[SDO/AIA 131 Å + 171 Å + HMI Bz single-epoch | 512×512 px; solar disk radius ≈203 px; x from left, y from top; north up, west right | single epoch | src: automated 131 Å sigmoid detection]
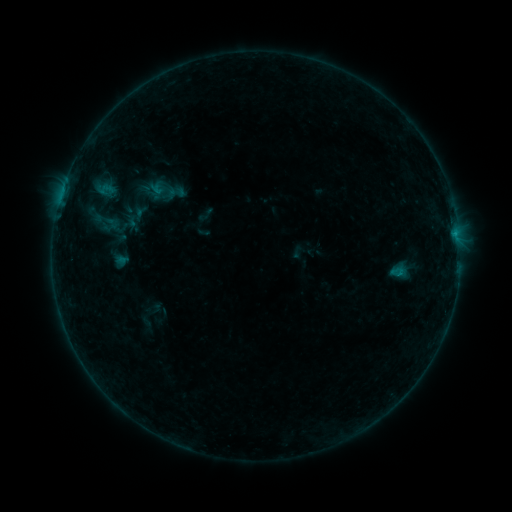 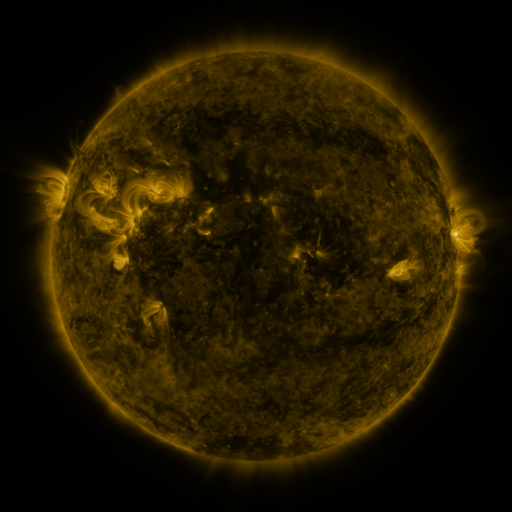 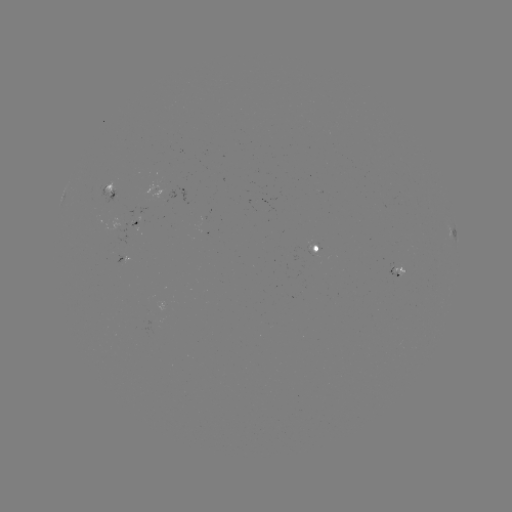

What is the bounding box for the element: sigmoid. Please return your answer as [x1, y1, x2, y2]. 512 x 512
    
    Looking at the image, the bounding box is [92, 208, 121, 237].